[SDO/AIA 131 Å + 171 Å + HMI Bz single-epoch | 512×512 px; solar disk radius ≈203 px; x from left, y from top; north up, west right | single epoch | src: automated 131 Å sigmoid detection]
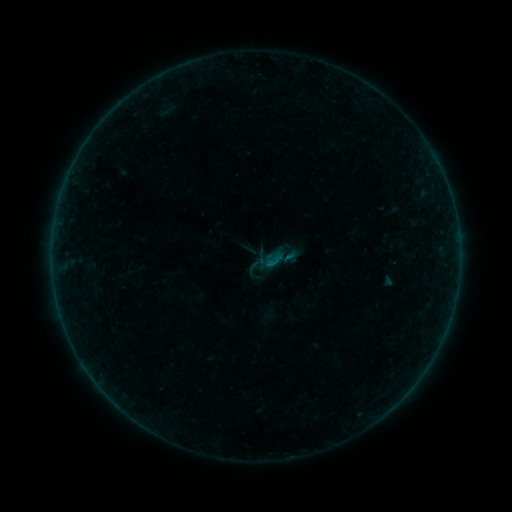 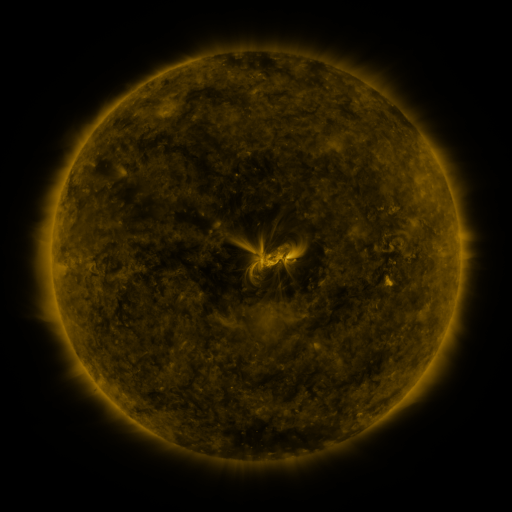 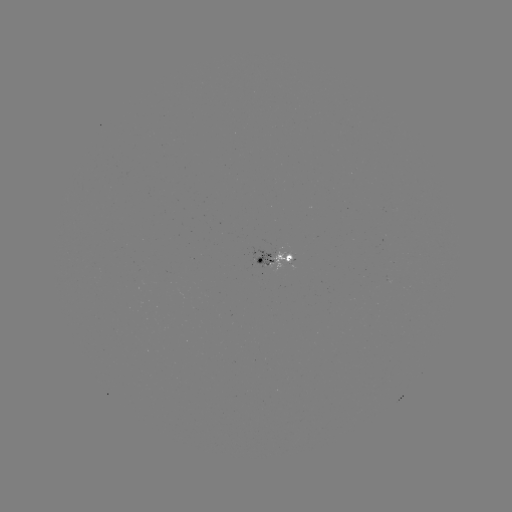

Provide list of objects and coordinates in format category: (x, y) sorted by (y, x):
sigmoid: (274, 263)
